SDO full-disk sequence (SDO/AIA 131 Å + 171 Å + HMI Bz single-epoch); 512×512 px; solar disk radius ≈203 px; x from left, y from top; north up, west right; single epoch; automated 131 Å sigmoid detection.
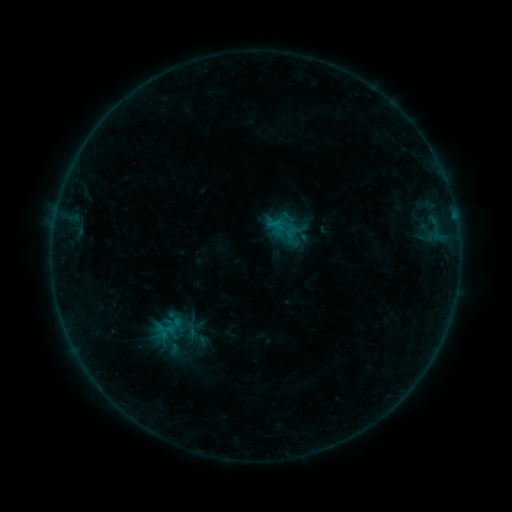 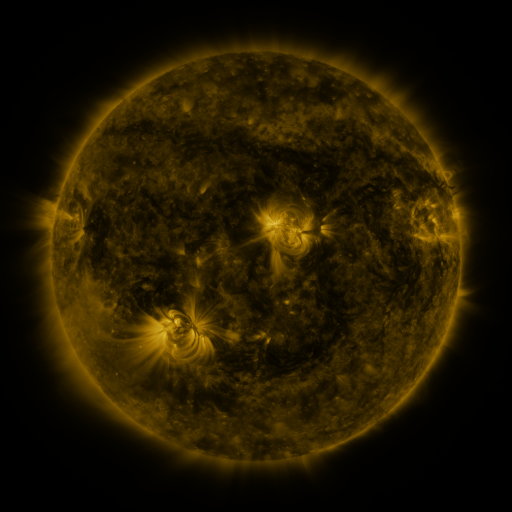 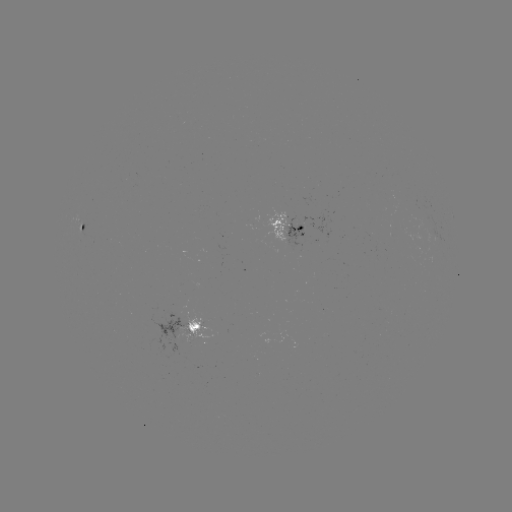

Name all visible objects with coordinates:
sigmoid: (175, 327)
